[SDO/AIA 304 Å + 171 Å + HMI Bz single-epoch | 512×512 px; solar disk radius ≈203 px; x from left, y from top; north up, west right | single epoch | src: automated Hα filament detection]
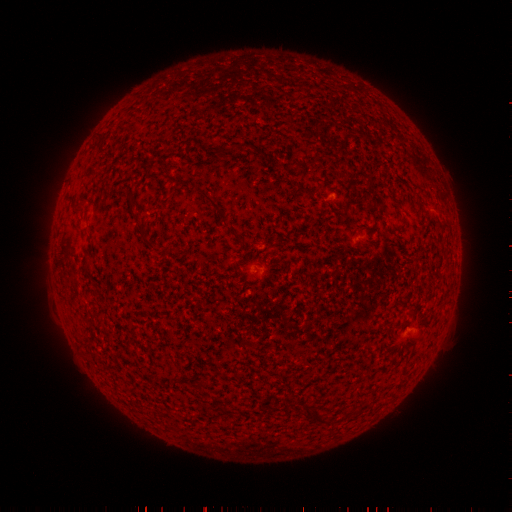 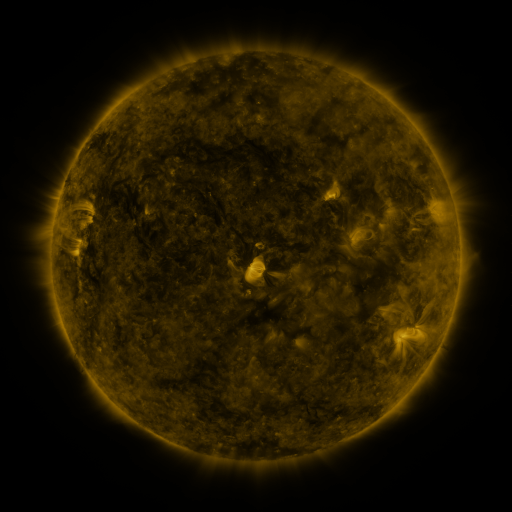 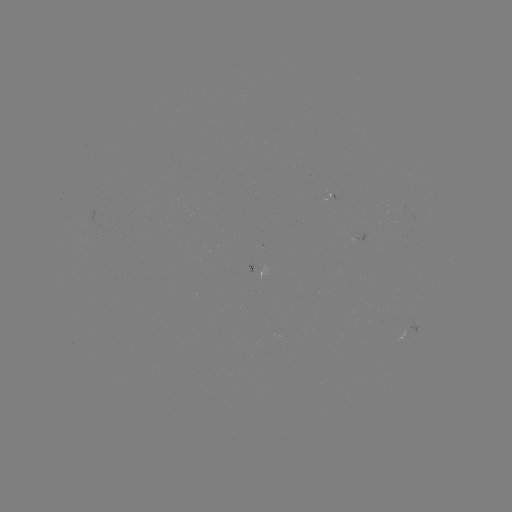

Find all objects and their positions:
filament: [294, 187, 304, 196]
filament: [200, 189, 227, 222]
filament: [135, 221, 154, 247]
filament: [88, 310, 96, 319]
filament: [303, 403, 322, 422]
